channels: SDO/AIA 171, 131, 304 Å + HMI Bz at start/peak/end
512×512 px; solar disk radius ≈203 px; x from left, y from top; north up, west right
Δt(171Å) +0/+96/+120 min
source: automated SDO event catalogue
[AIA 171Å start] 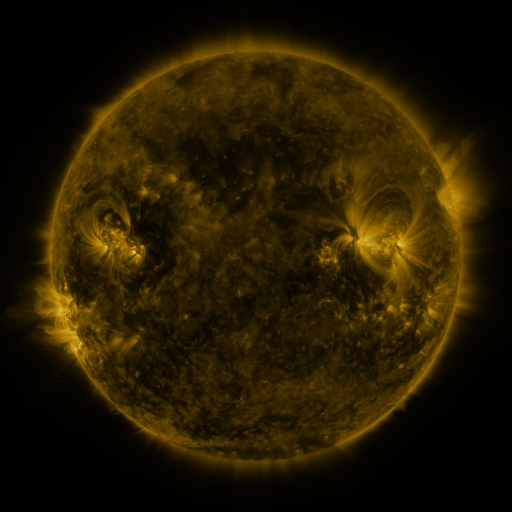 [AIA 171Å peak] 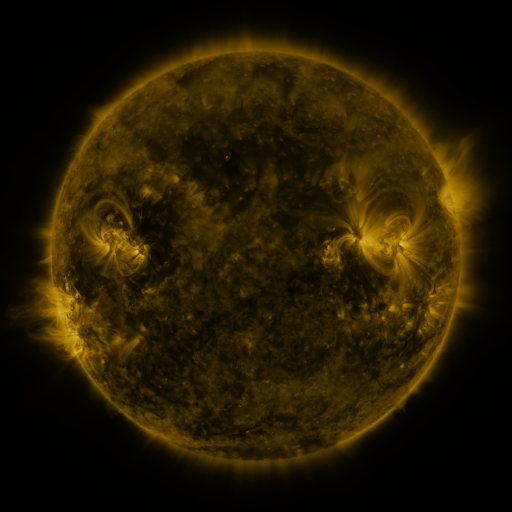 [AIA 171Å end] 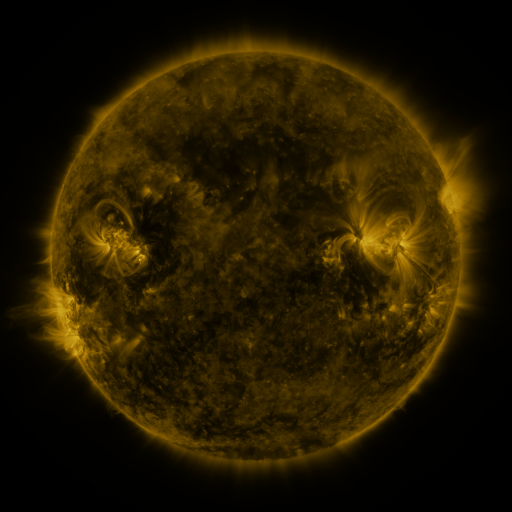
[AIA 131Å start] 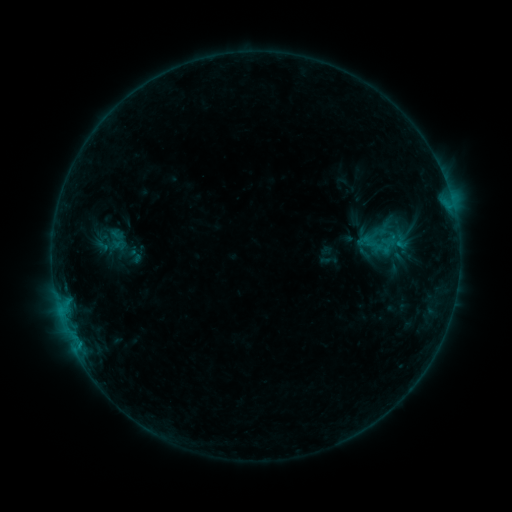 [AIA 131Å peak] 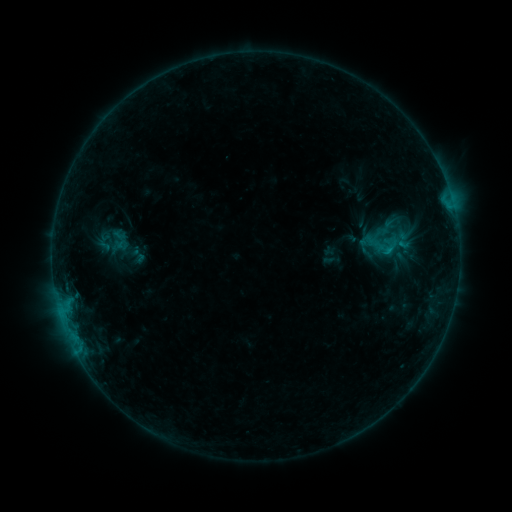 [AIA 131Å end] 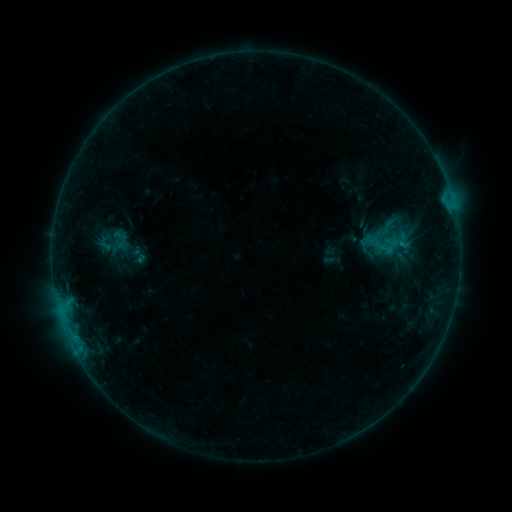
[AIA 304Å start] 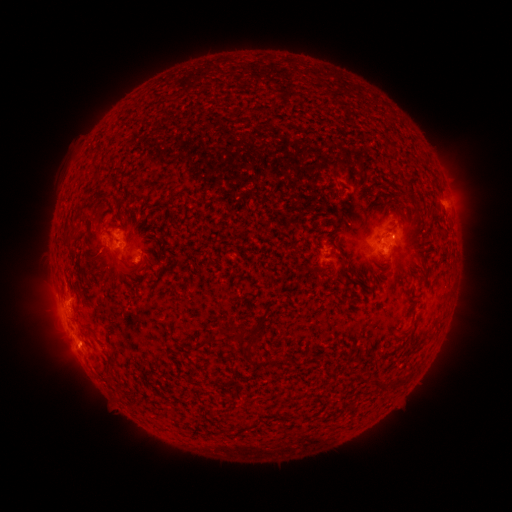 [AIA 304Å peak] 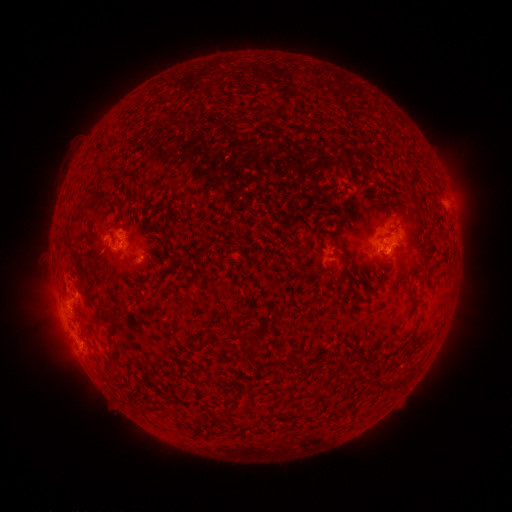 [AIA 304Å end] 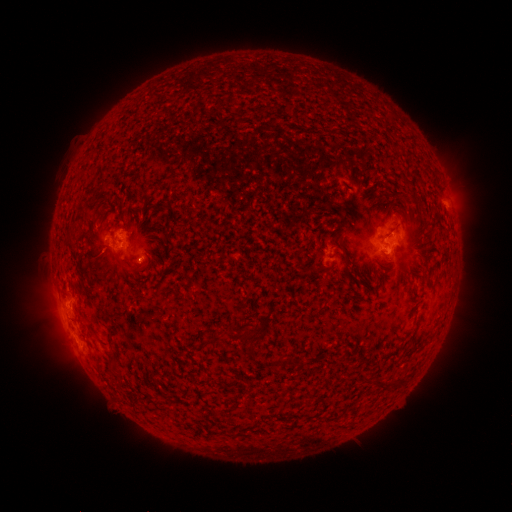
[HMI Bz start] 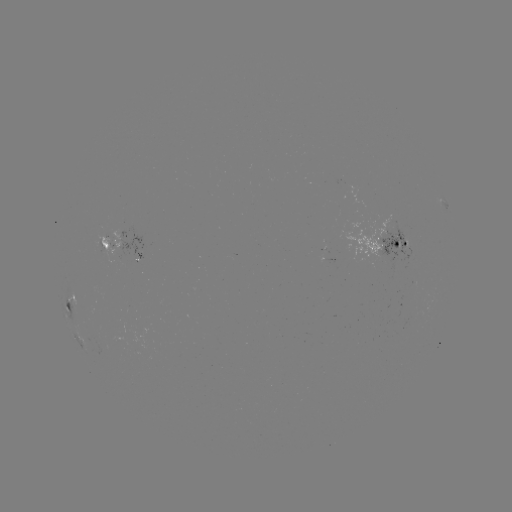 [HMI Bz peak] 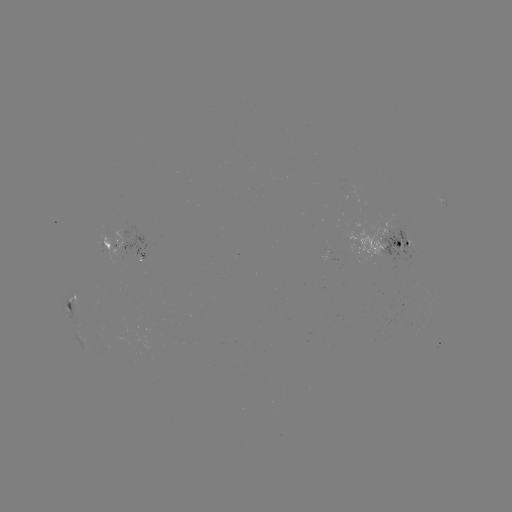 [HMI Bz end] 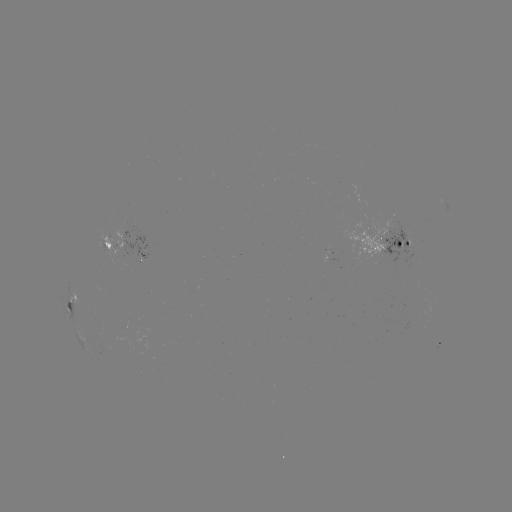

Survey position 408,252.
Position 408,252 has emerging-flux region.